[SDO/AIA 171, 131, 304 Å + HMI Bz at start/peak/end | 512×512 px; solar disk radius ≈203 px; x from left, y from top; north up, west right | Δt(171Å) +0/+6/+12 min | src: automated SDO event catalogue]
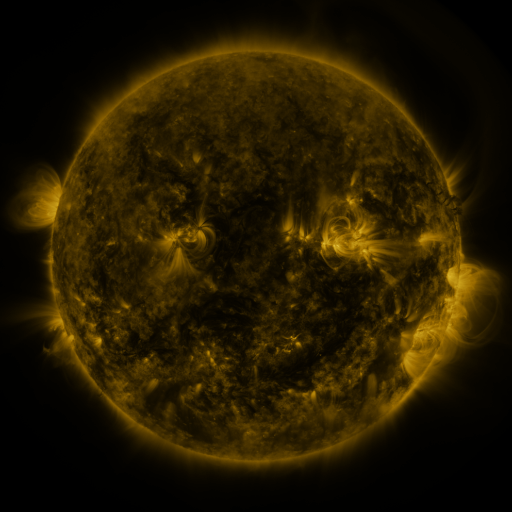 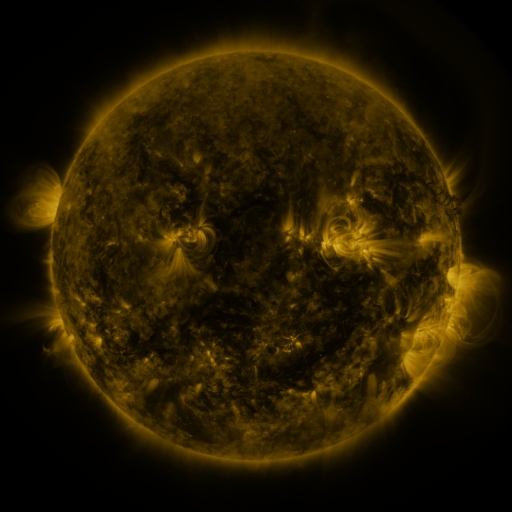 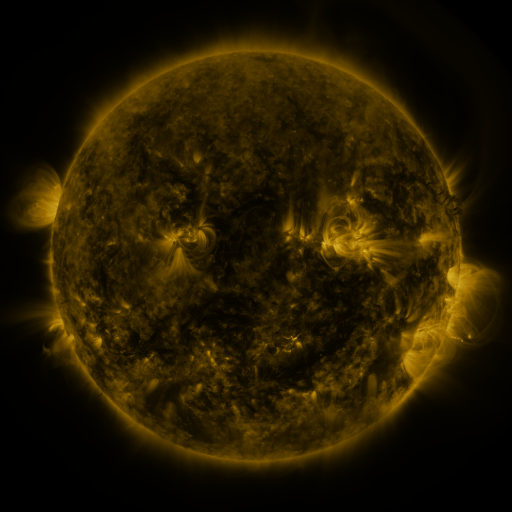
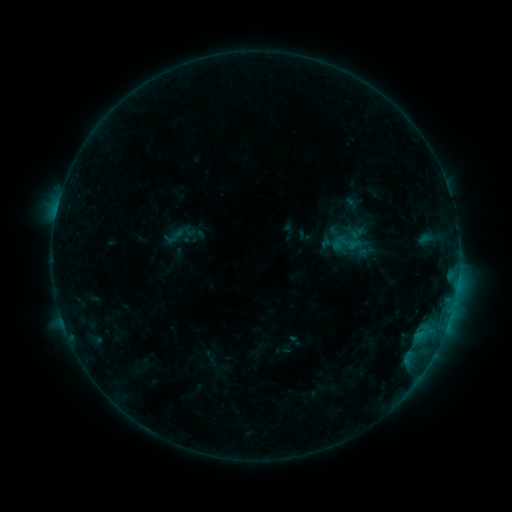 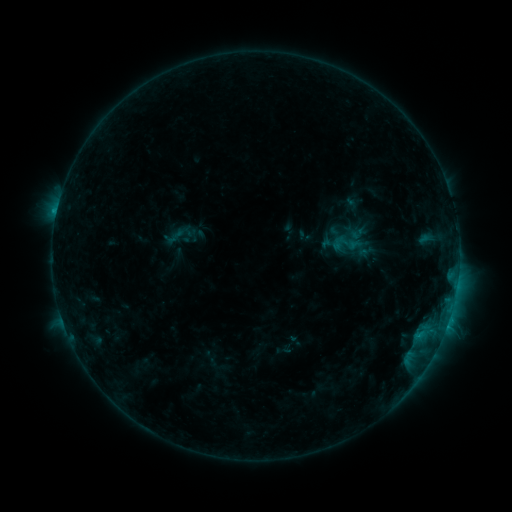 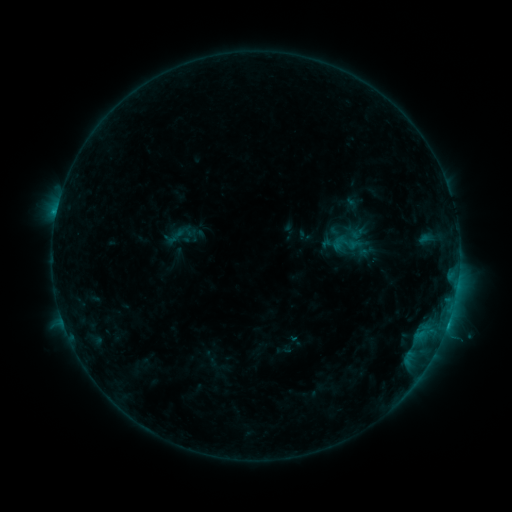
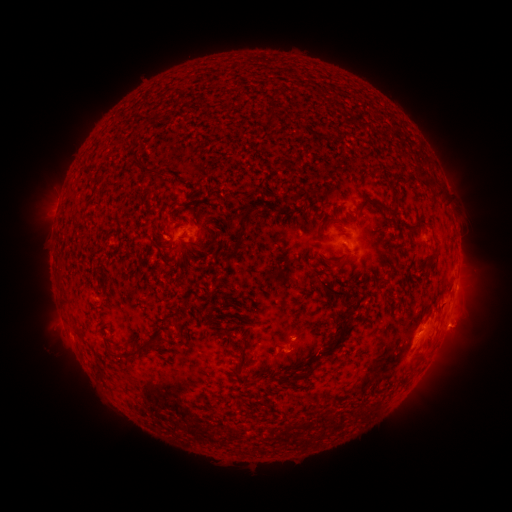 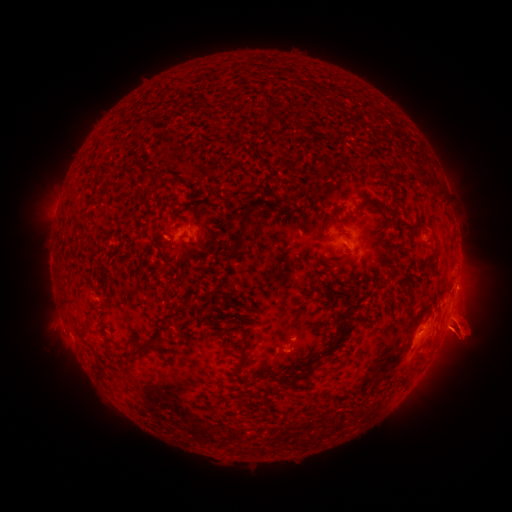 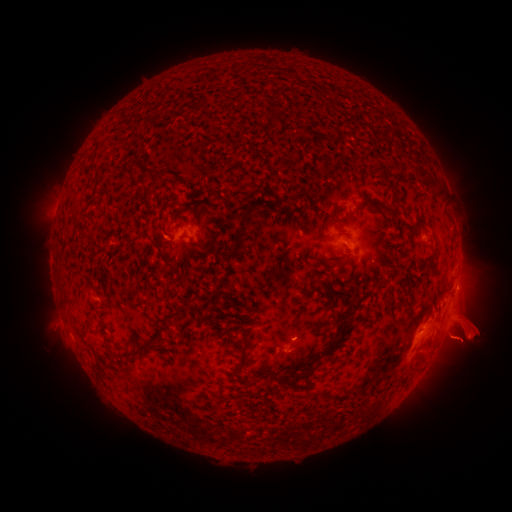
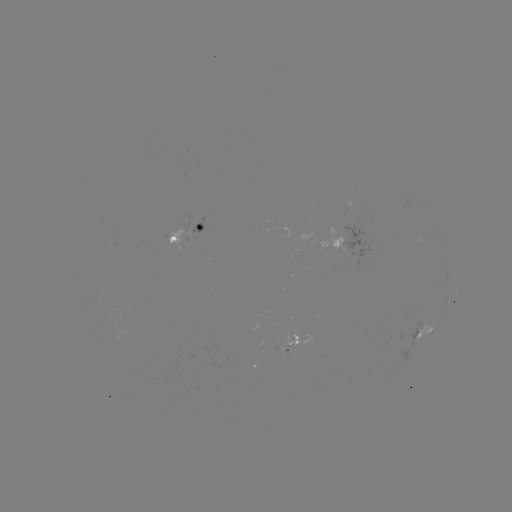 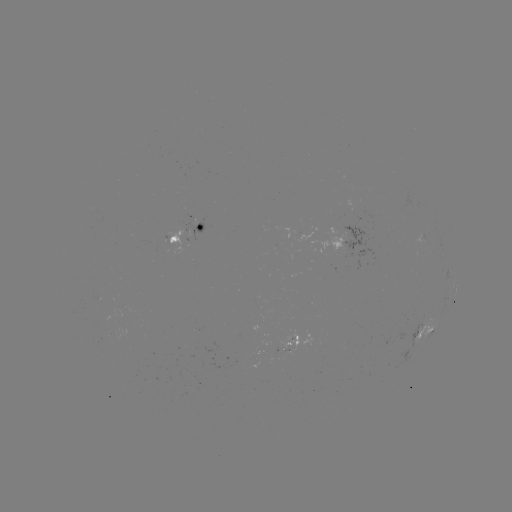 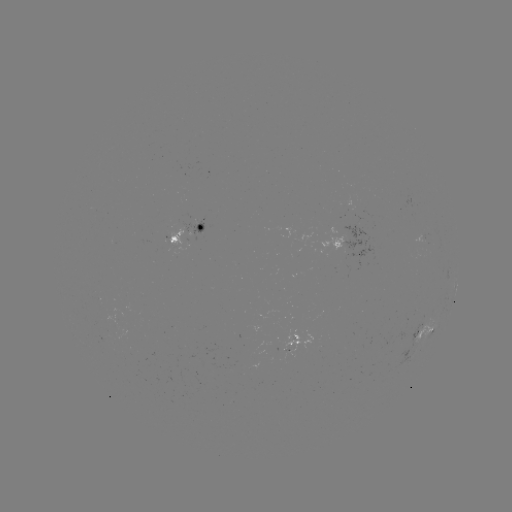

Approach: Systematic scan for eruption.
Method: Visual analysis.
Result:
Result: eruption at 404,331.